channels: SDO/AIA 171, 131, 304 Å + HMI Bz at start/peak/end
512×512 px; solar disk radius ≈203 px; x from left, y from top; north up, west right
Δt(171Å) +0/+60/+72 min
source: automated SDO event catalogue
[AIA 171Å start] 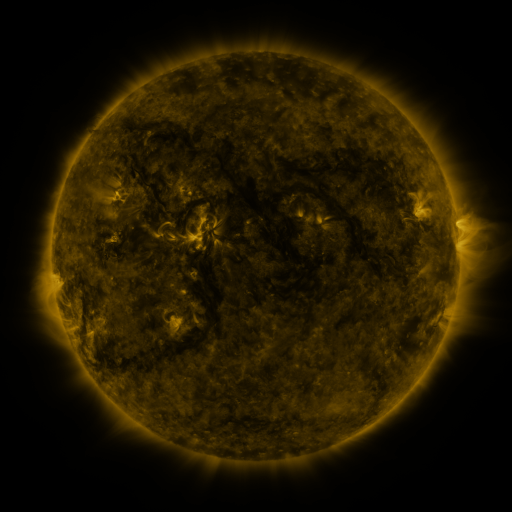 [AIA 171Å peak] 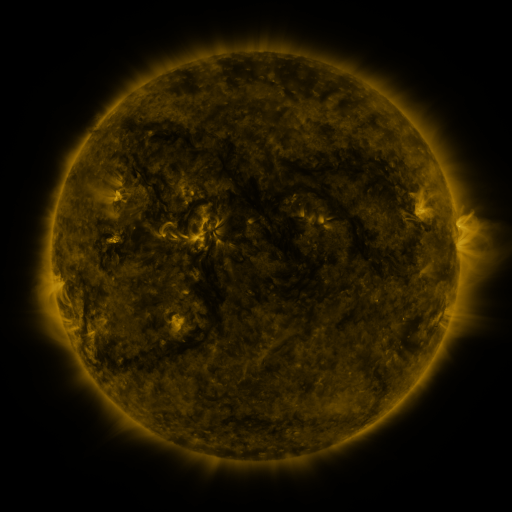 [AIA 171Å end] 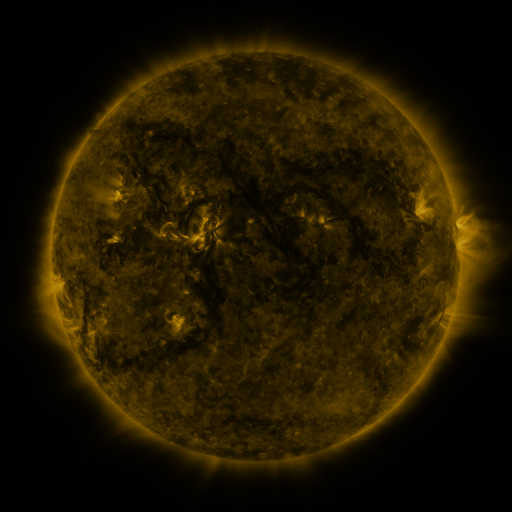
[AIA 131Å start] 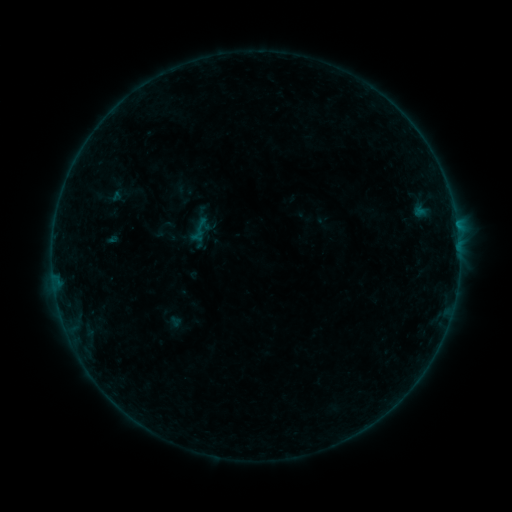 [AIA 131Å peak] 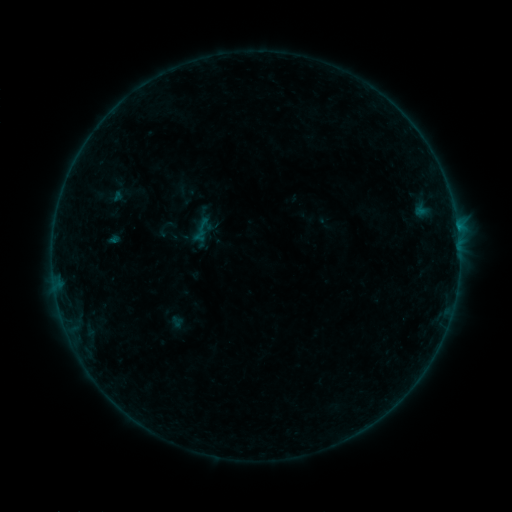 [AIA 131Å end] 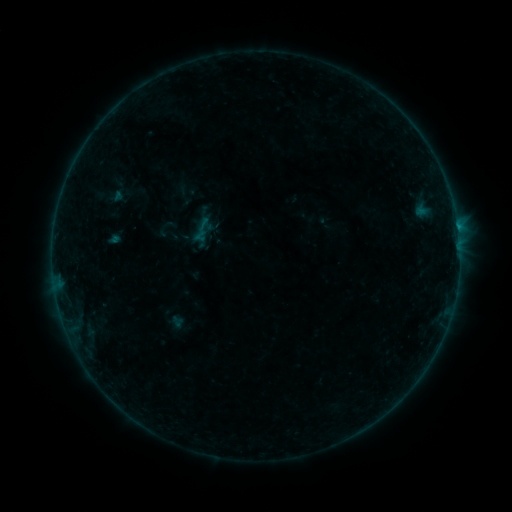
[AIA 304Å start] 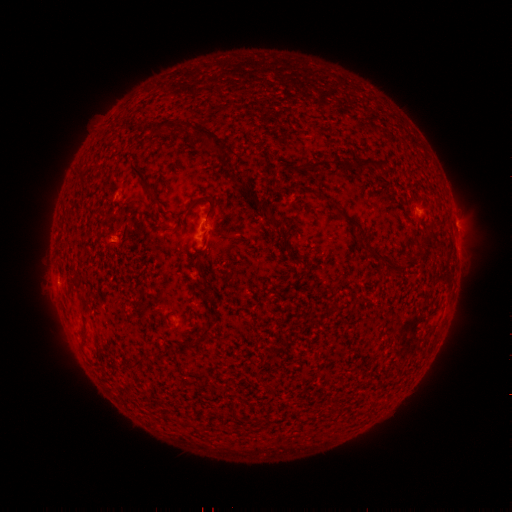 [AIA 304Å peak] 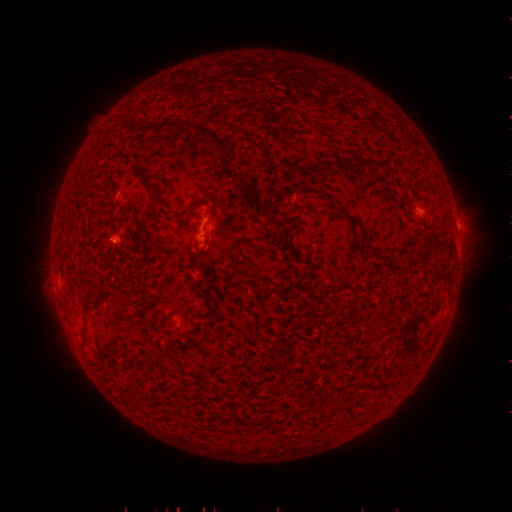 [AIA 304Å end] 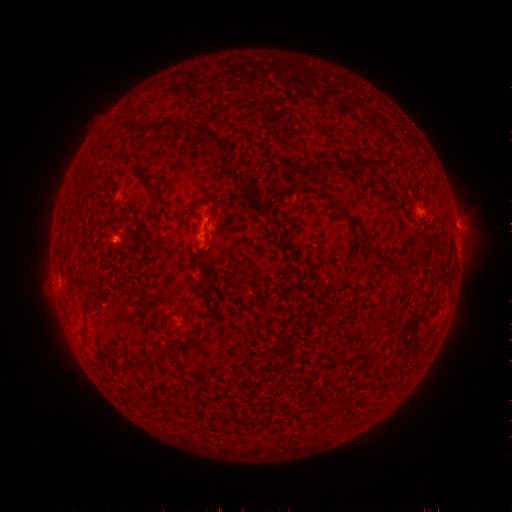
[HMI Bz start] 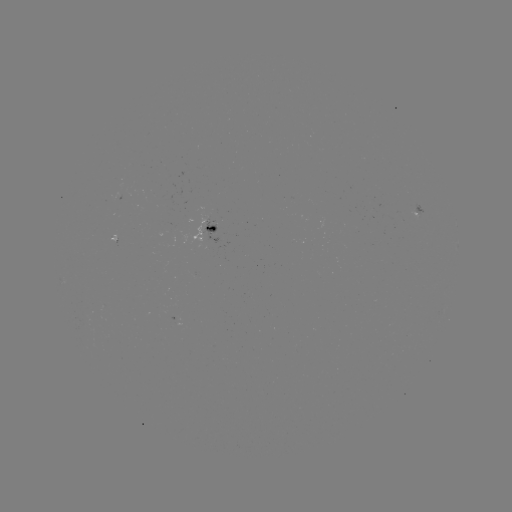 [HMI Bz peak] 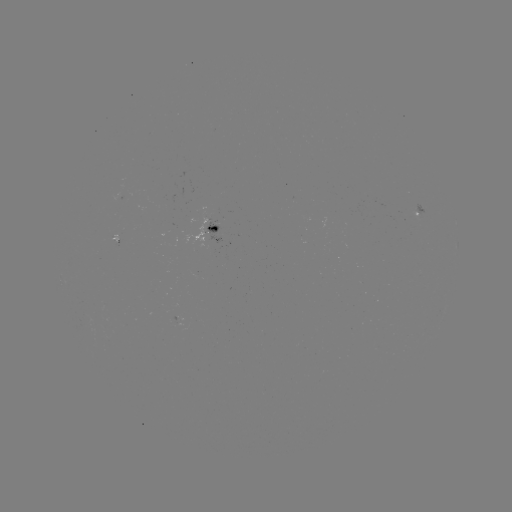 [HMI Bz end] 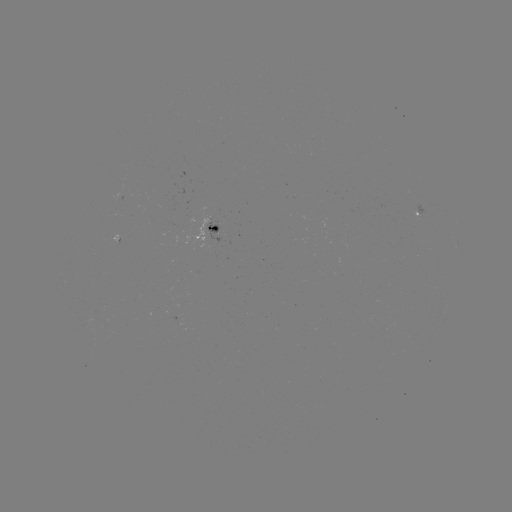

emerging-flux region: [112, 234, 119, 245]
